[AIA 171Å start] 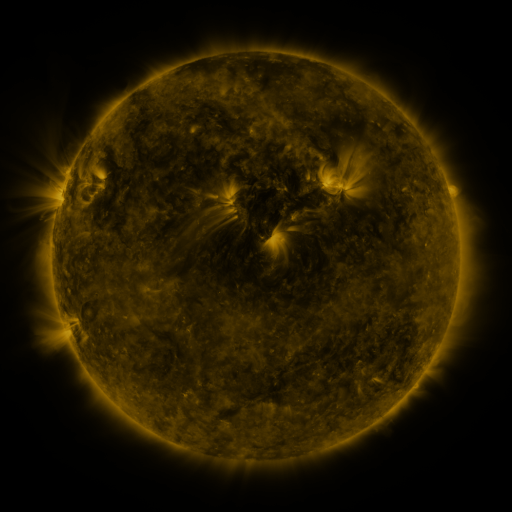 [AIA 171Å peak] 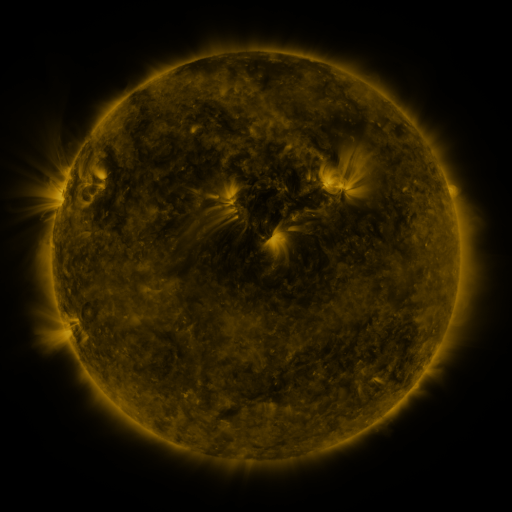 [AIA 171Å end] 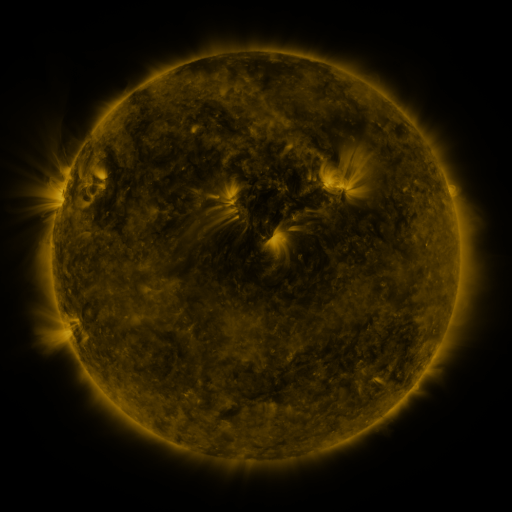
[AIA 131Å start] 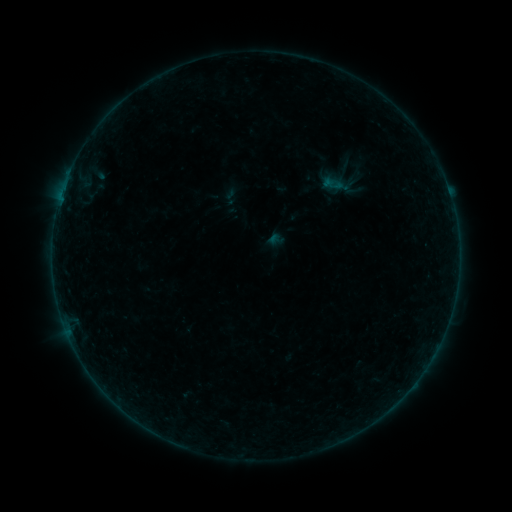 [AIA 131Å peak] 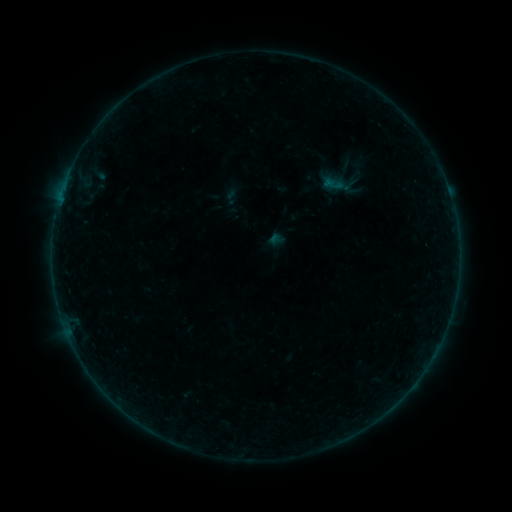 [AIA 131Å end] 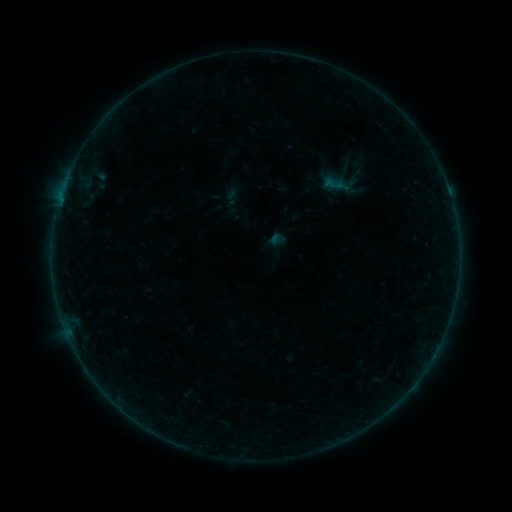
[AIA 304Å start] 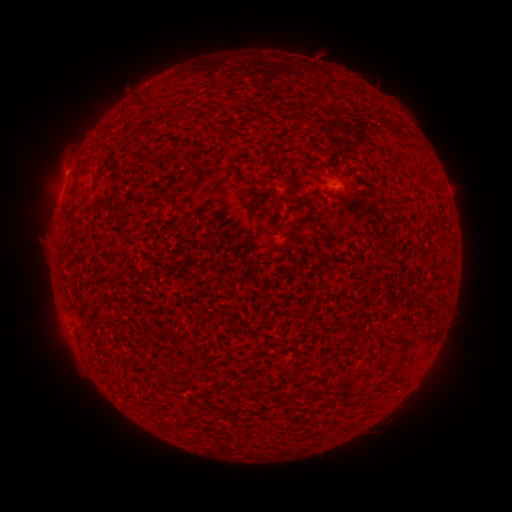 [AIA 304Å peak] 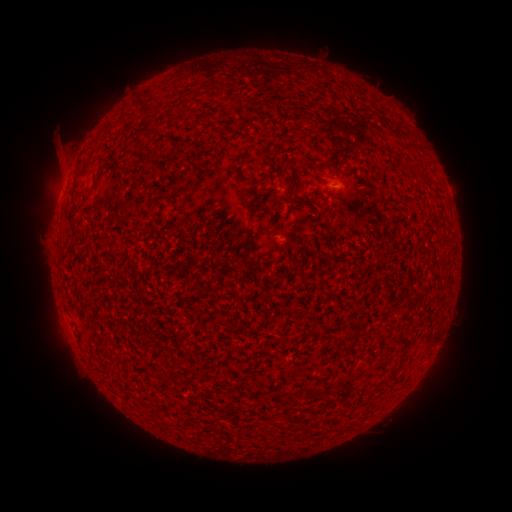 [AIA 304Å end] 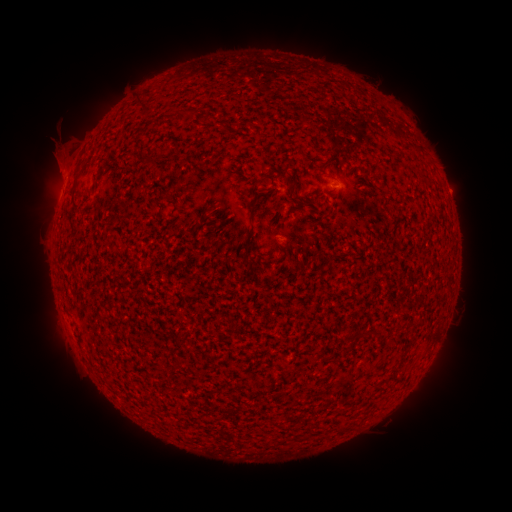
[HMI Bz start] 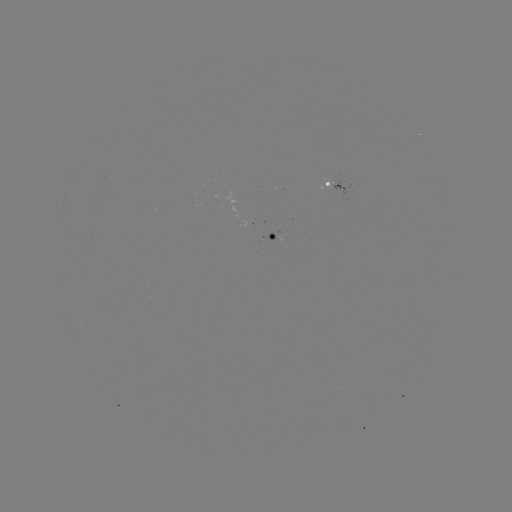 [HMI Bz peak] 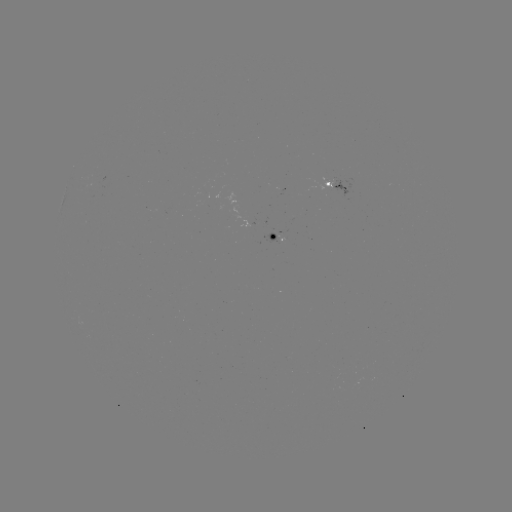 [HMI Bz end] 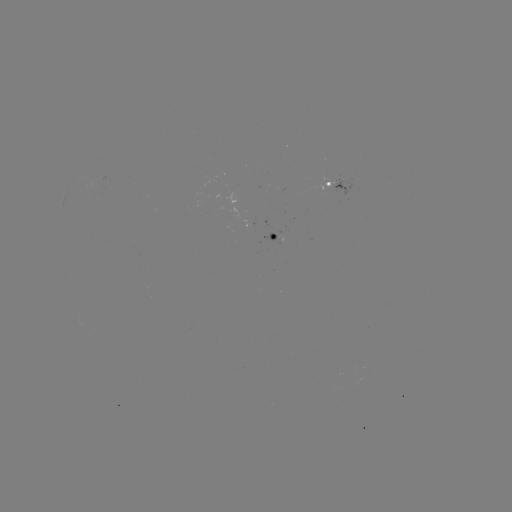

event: eruption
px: (57, 149)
